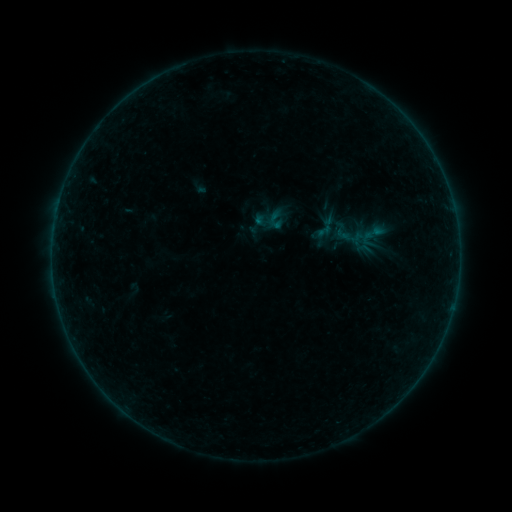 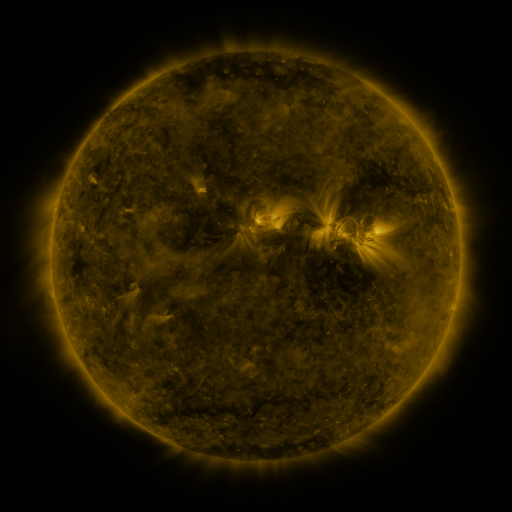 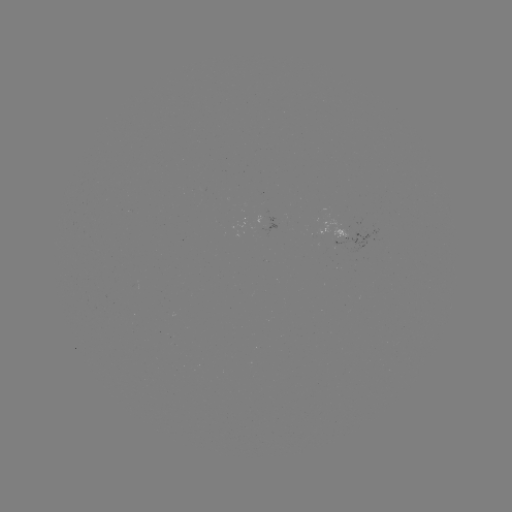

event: sigmoid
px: (374, 233)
